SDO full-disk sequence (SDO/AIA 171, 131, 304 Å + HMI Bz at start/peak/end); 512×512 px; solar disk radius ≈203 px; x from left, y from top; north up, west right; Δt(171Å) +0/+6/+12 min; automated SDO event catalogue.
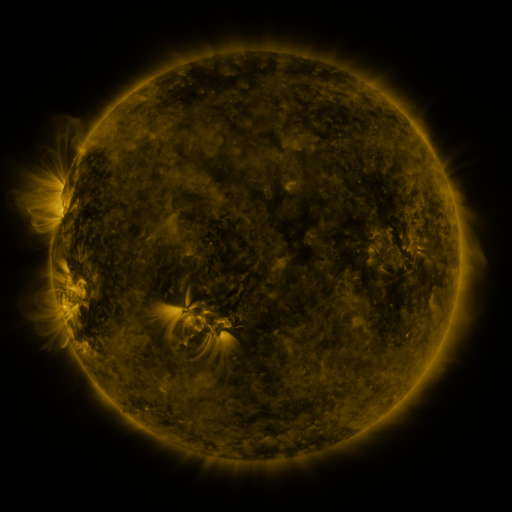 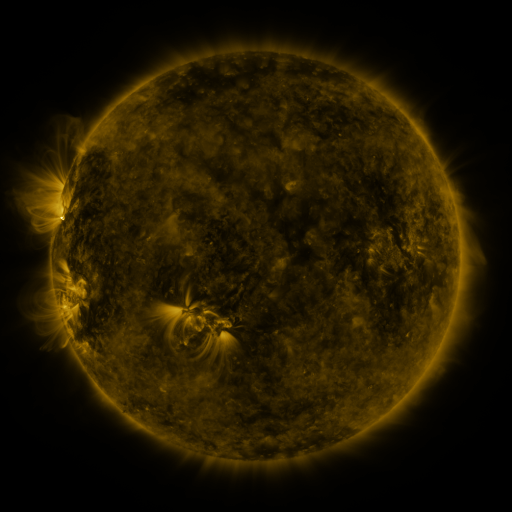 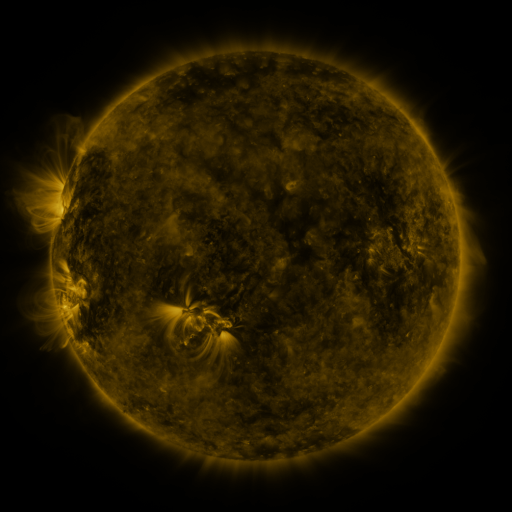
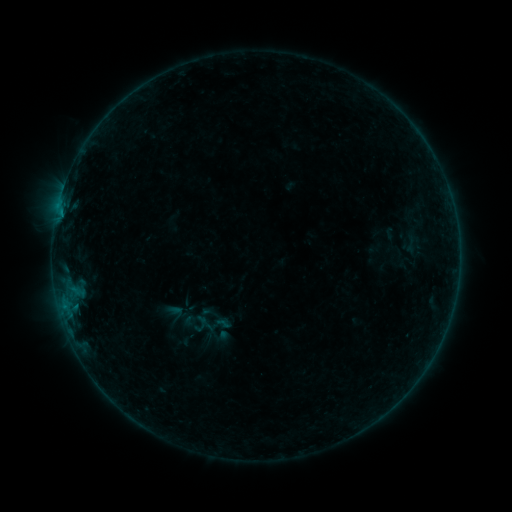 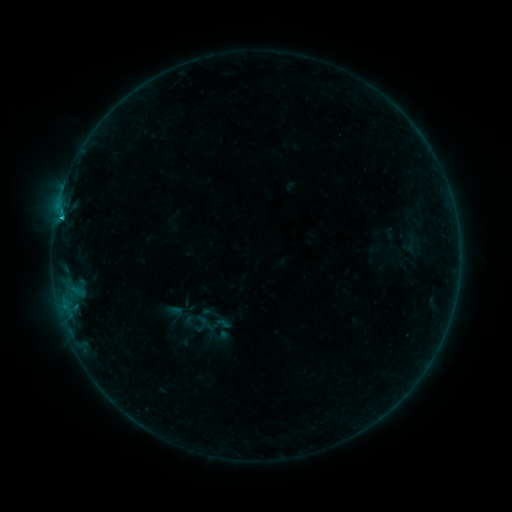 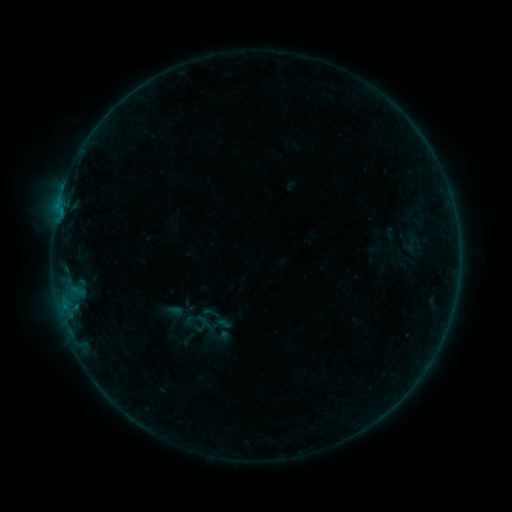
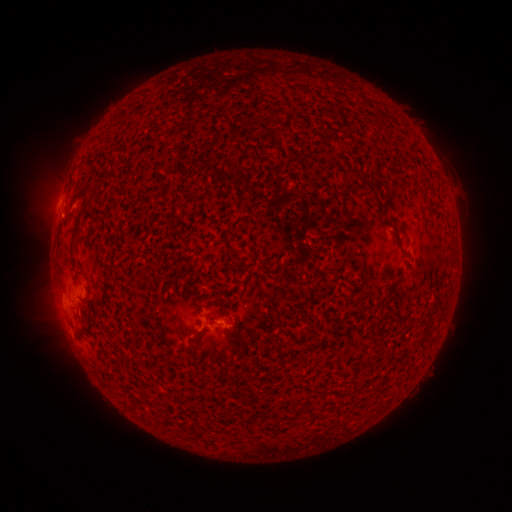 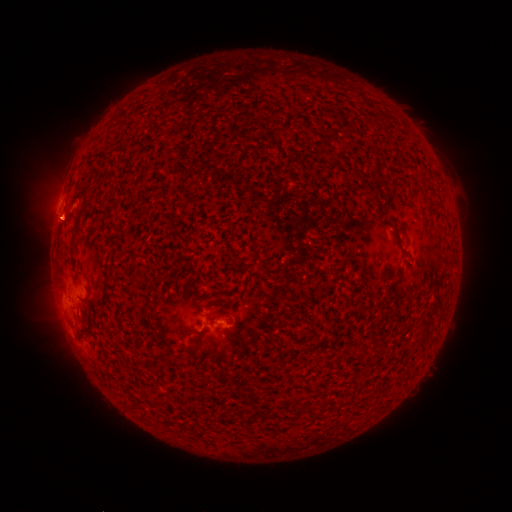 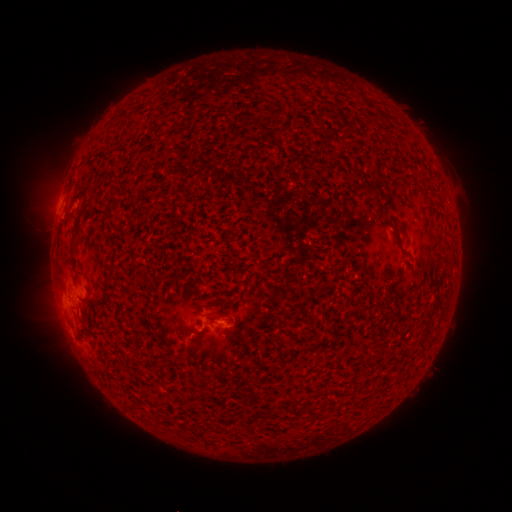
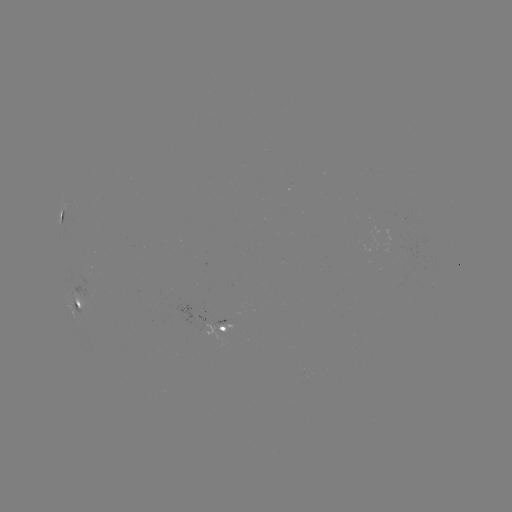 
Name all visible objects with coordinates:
B2.9 flare: (62, 219)
